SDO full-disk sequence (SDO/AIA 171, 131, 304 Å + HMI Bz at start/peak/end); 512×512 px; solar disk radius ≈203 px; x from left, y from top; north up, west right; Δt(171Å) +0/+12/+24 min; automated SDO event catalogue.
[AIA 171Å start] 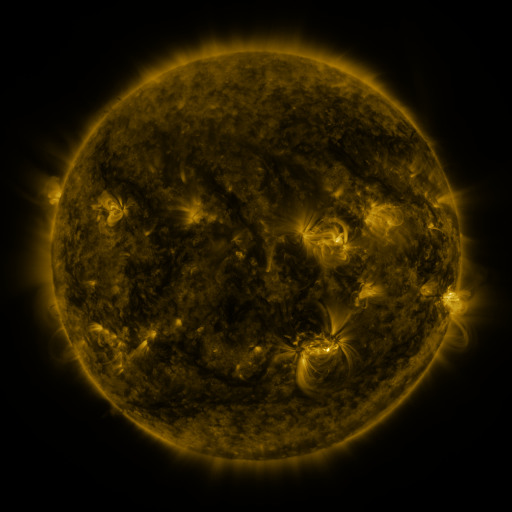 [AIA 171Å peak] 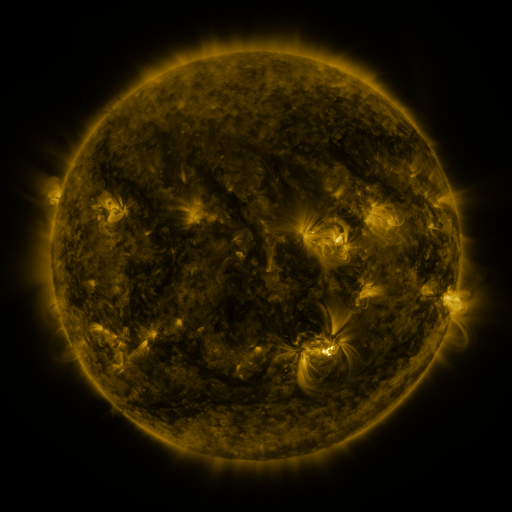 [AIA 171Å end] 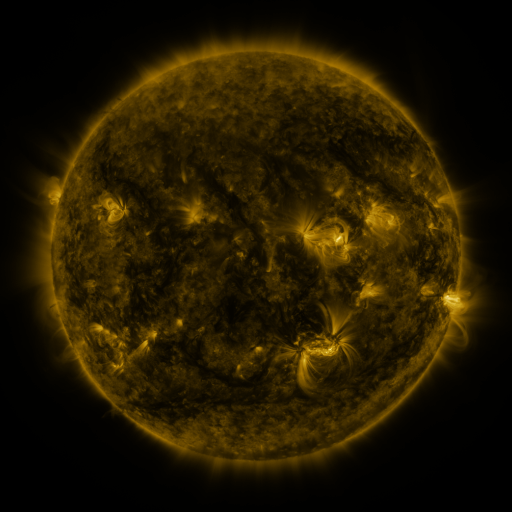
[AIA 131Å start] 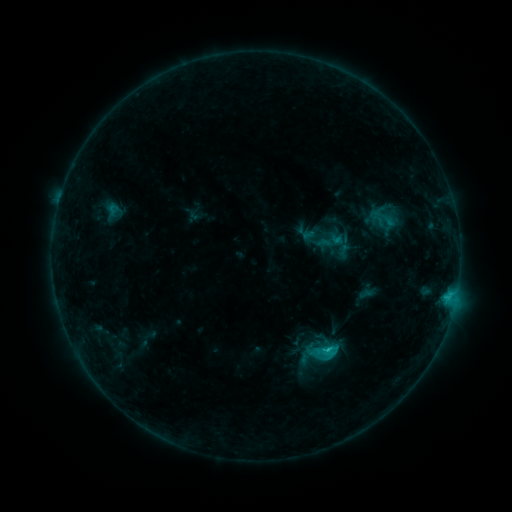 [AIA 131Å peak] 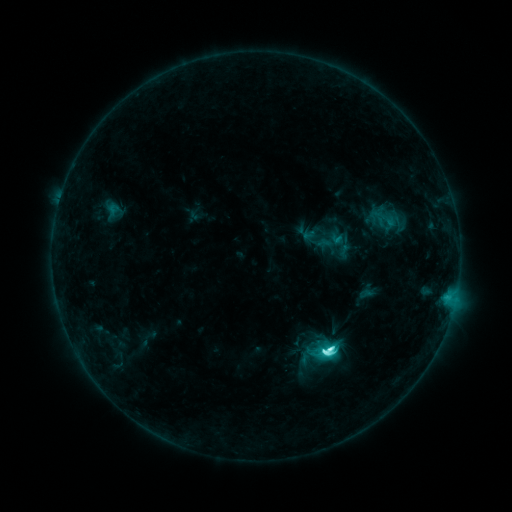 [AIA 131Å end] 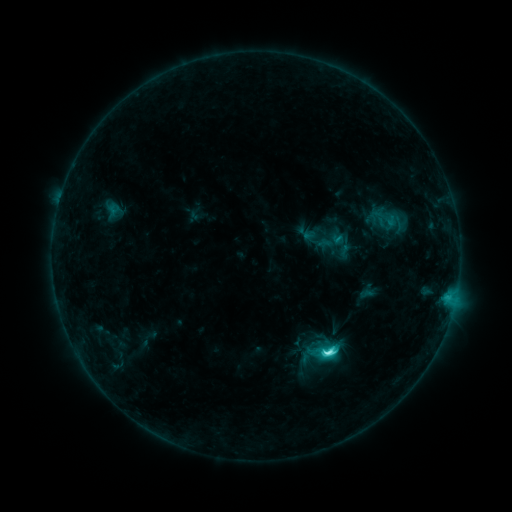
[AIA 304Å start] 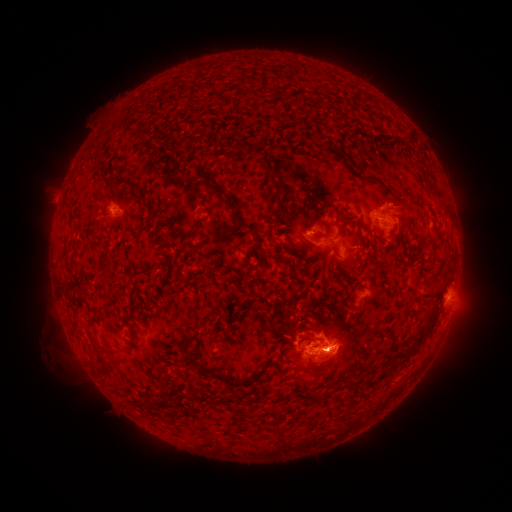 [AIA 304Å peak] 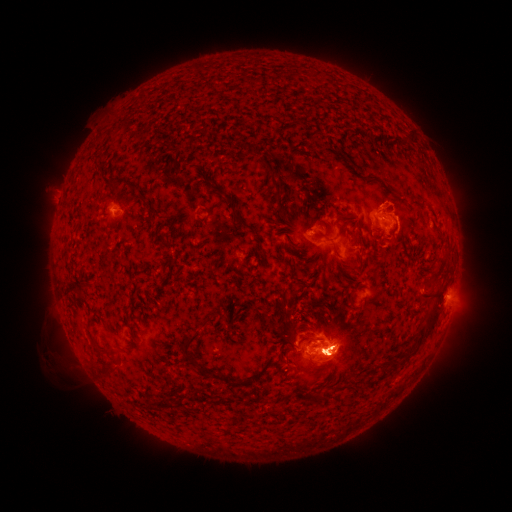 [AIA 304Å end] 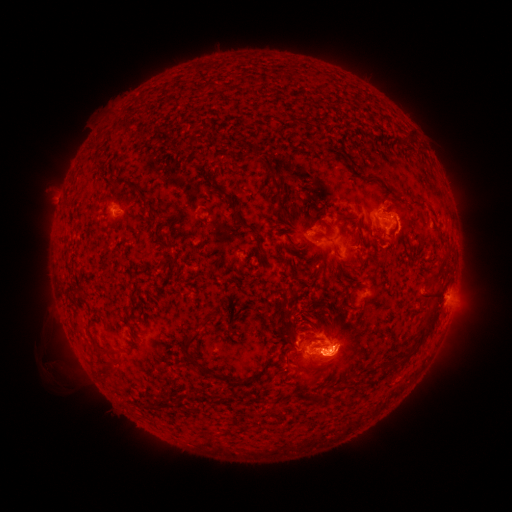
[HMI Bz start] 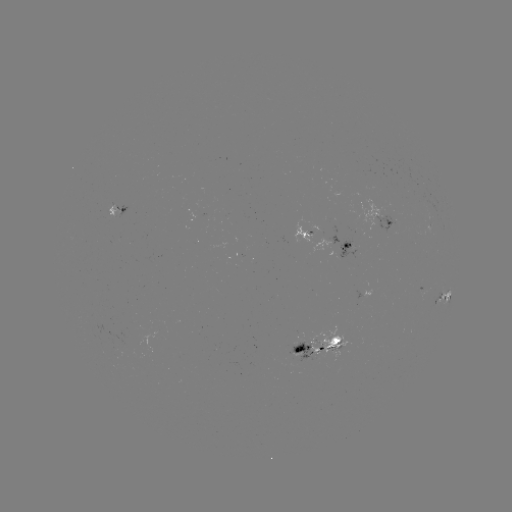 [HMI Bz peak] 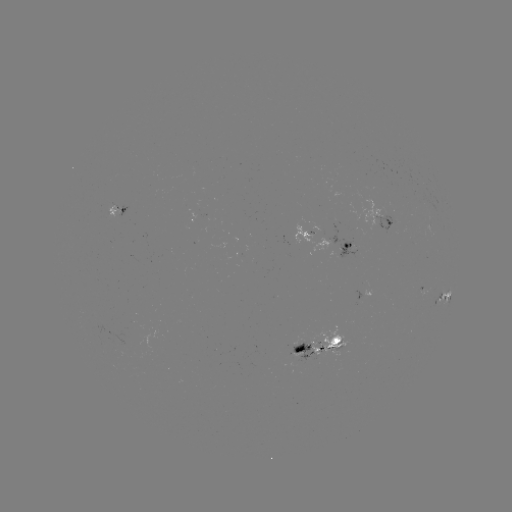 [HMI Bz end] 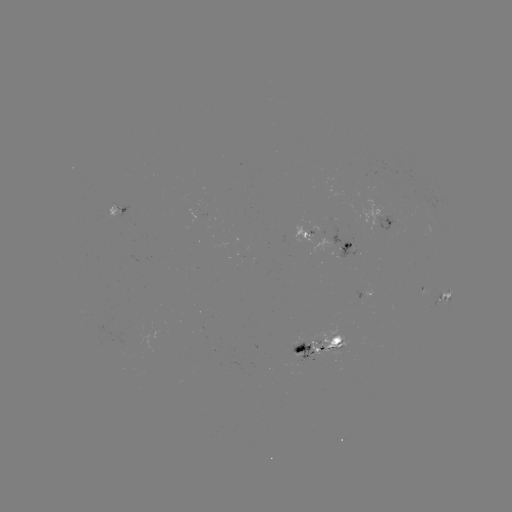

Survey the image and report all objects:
M1.1 flare: (327, 349)
